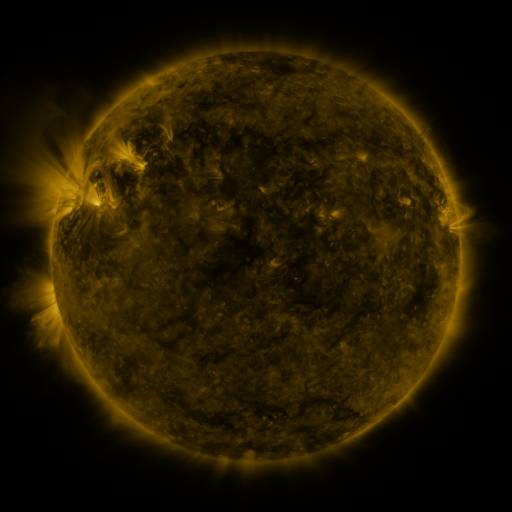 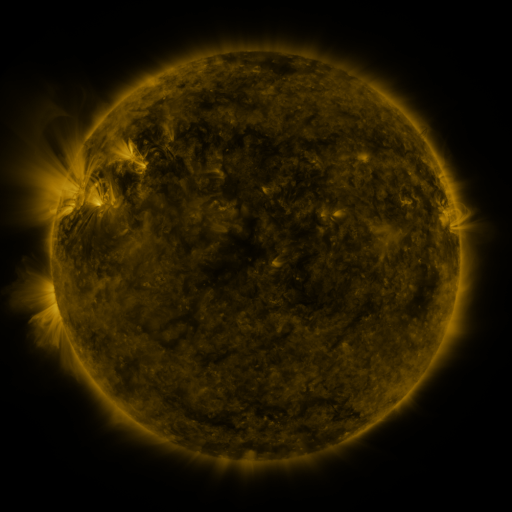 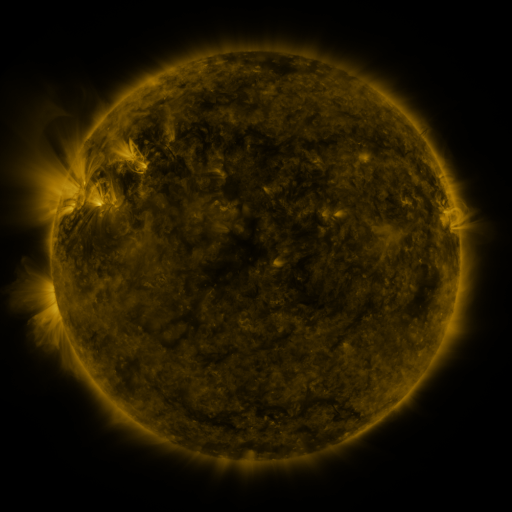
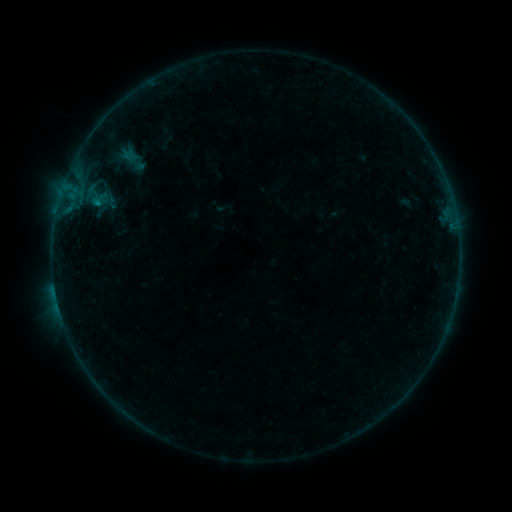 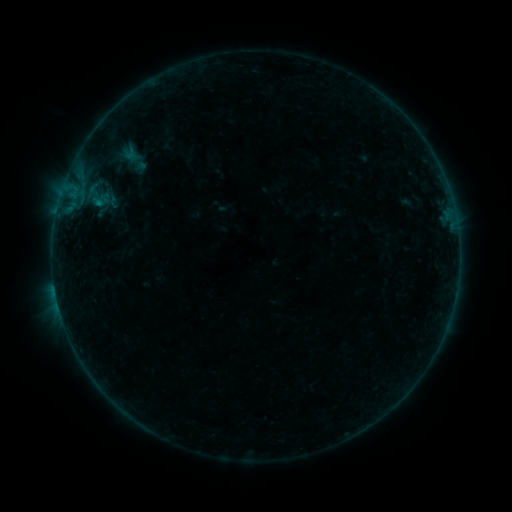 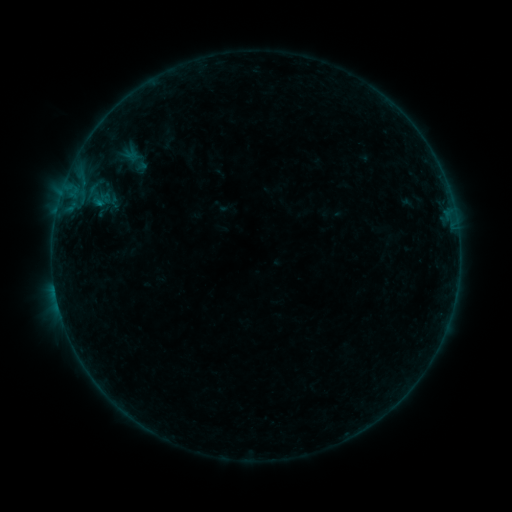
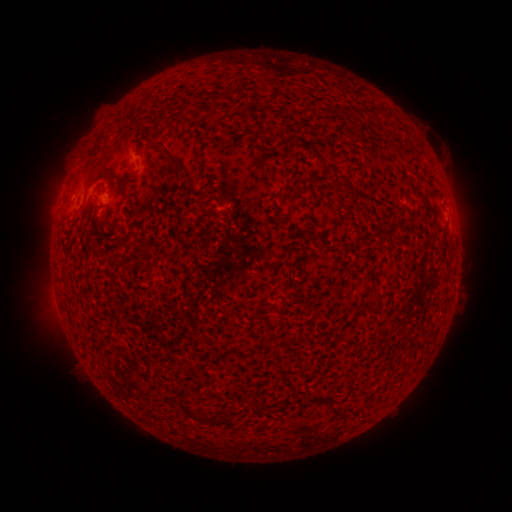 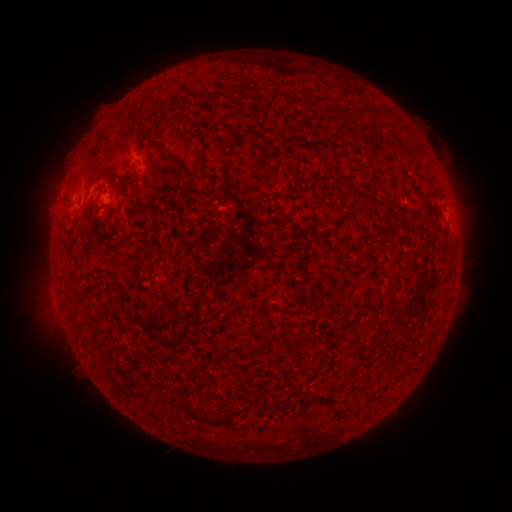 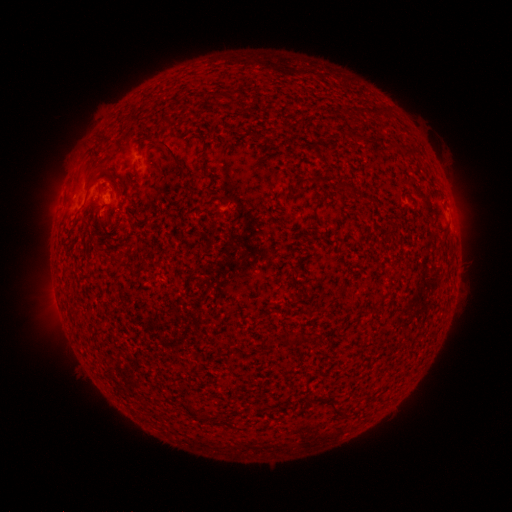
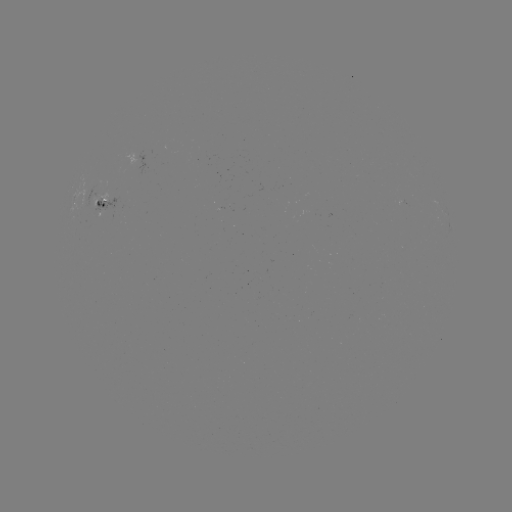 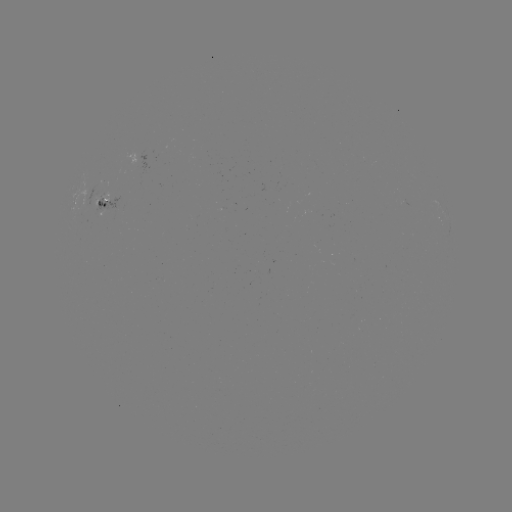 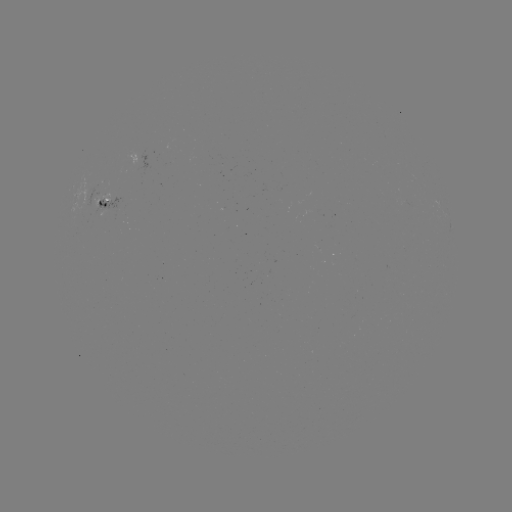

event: emerging-flux region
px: (104, 208)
